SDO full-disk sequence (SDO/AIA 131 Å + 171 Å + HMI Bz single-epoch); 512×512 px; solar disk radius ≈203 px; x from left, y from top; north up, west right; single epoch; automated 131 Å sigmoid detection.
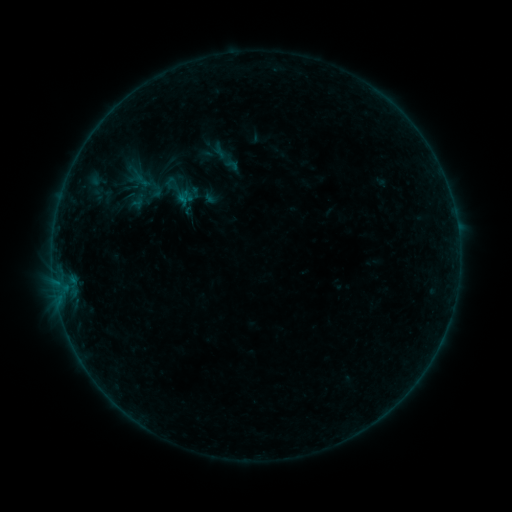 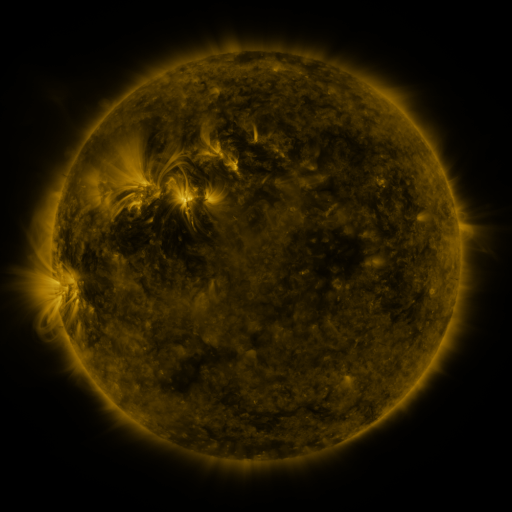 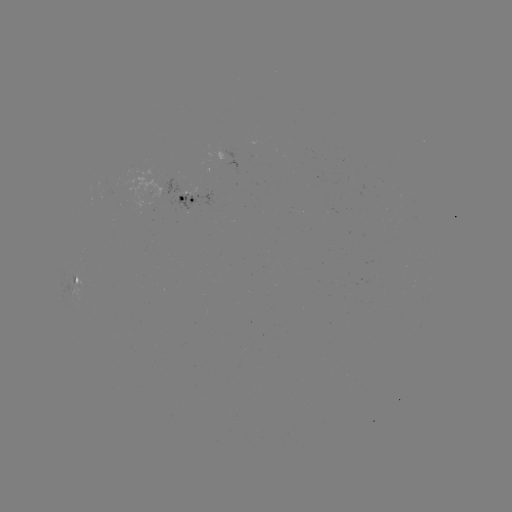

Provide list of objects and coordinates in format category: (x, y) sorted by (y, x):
sigmoid: (220, 150)
